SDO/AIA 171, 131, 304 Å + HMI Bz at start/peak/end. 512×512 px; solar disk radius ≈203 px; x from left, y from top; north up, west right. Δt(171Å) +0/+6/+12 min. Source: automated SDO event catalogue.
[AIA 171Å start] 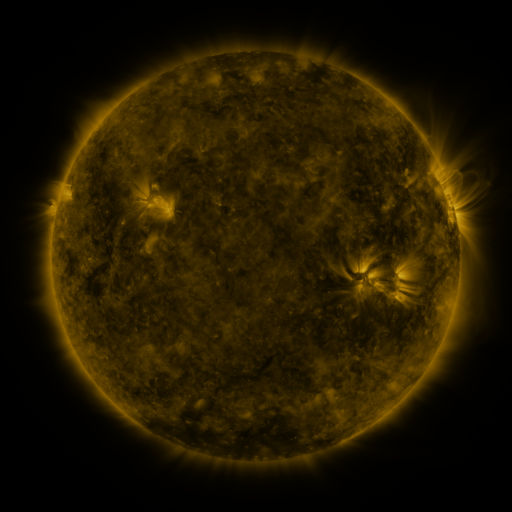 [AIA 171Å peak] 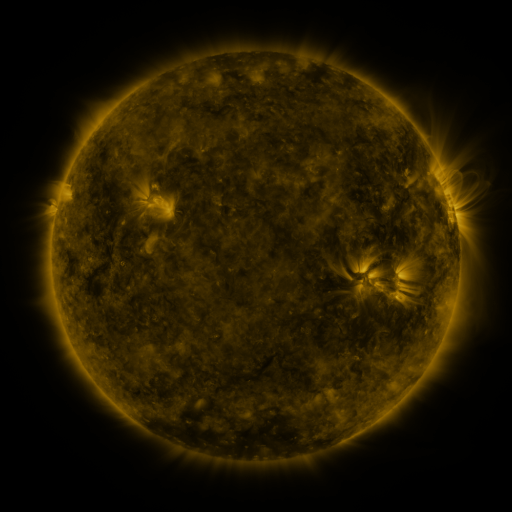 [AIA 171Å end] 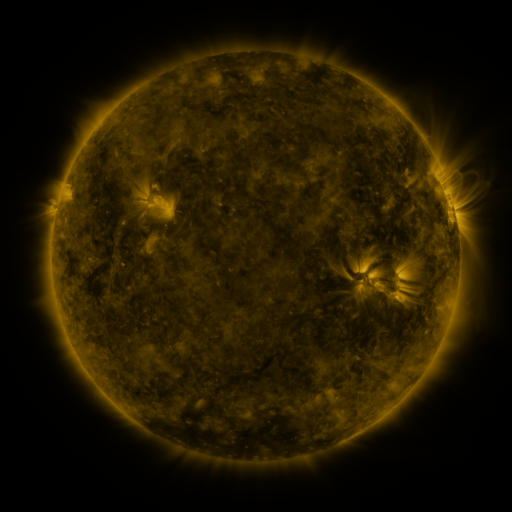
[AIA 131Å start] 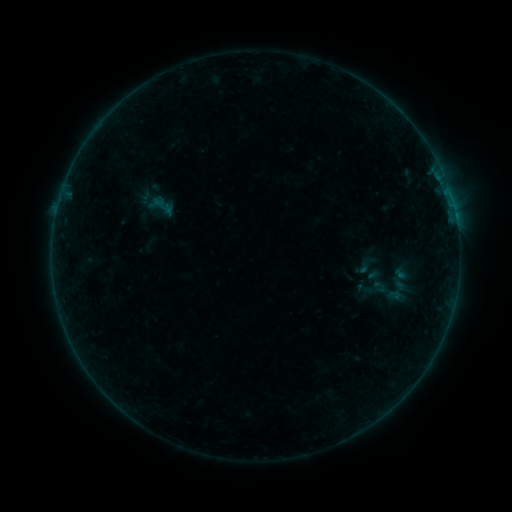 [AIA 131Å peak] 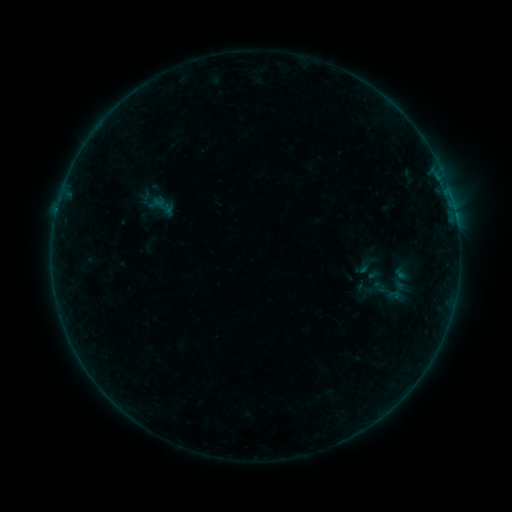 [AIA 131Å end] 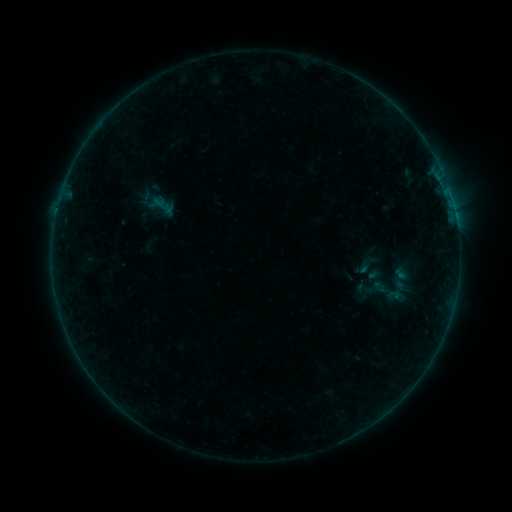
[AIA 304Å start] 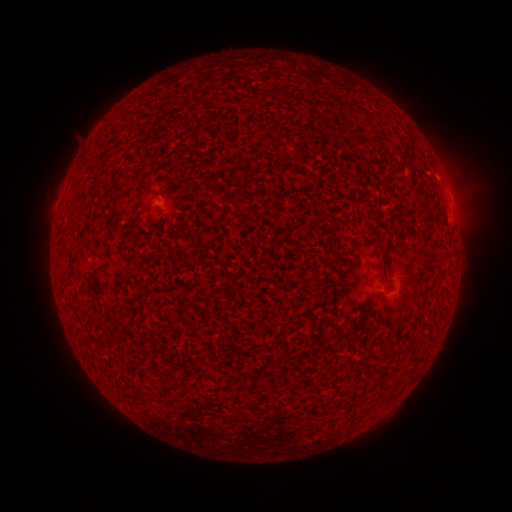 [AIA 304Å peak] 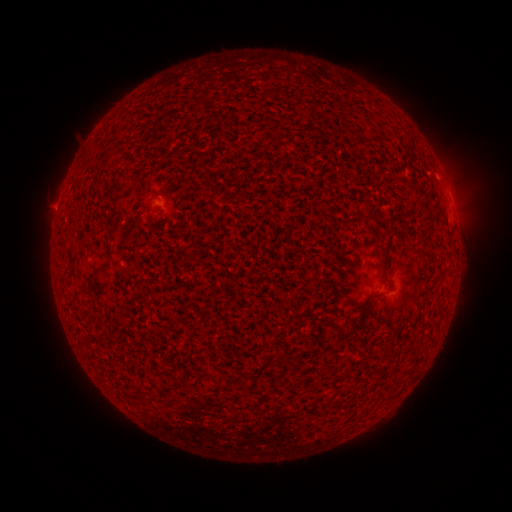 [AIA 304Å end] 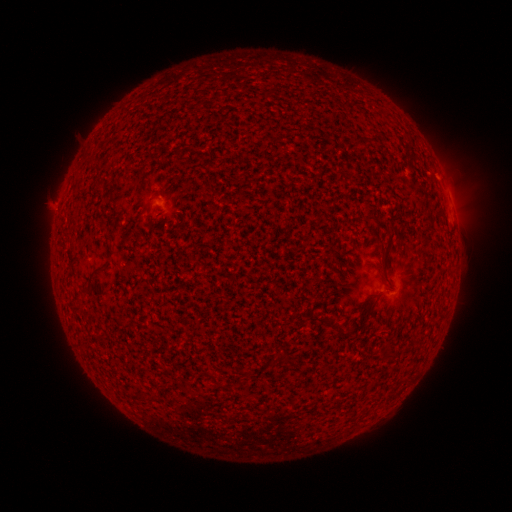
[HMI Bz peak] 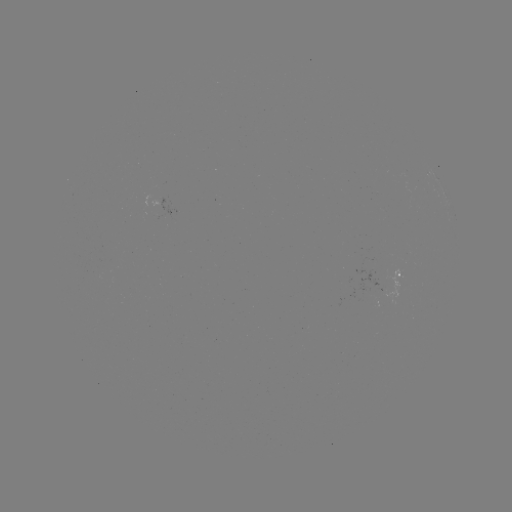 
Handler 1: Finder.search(B1.1 flare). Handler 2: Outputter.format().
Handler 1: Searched B1.1 flare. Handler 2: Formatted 57,213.